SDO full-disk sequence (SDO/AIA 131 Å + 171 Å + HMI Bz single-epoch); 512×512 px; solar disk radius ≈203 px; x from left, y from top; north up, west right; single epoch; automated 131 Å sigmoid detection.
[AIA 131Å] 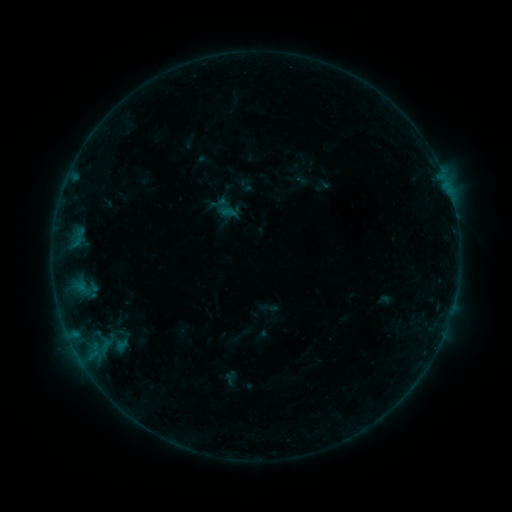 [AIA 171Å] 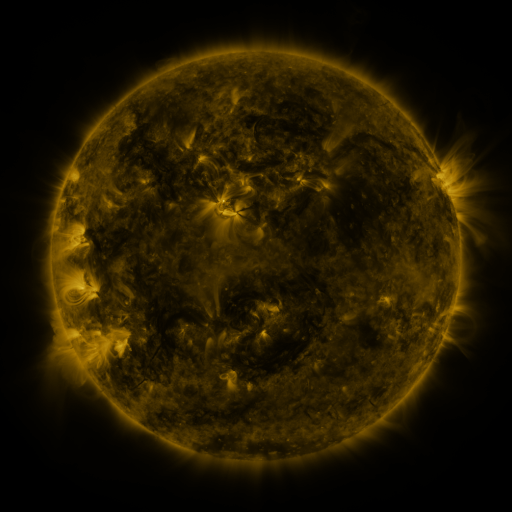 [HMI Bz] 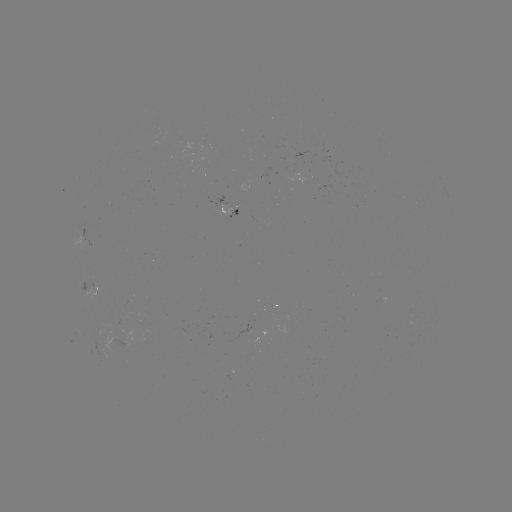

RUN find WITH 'sigmoid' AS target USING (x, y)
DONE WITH (228, 211) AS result